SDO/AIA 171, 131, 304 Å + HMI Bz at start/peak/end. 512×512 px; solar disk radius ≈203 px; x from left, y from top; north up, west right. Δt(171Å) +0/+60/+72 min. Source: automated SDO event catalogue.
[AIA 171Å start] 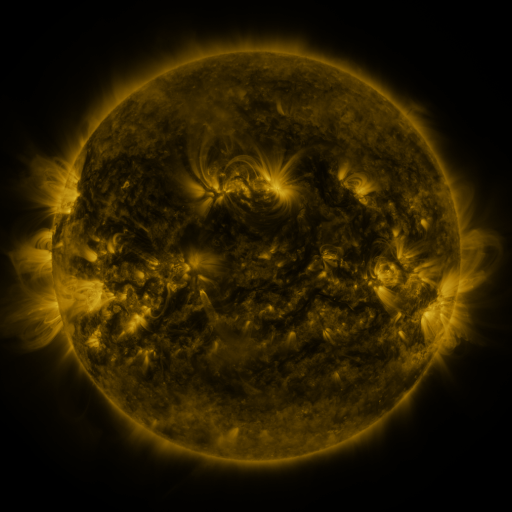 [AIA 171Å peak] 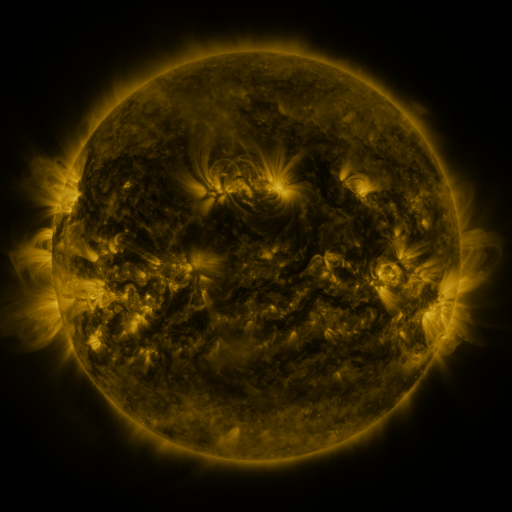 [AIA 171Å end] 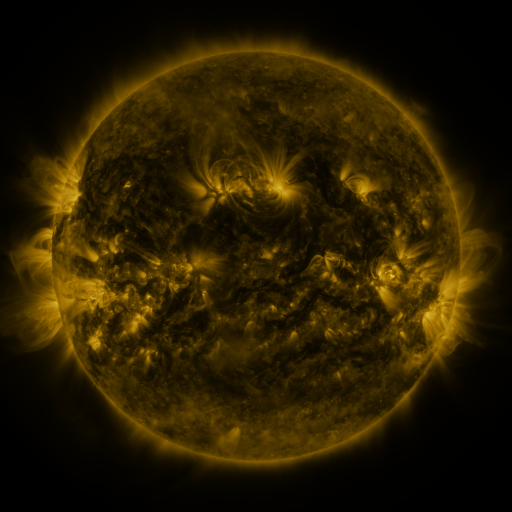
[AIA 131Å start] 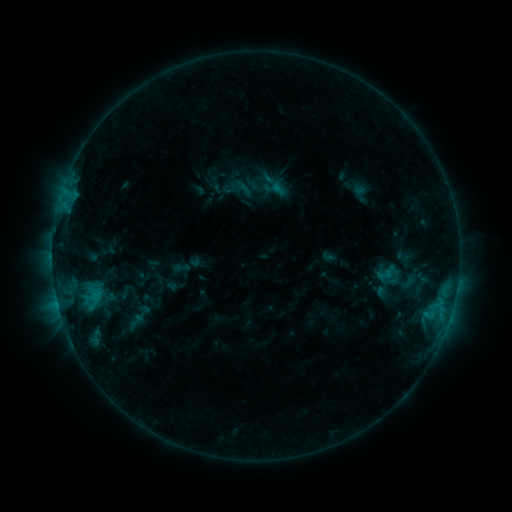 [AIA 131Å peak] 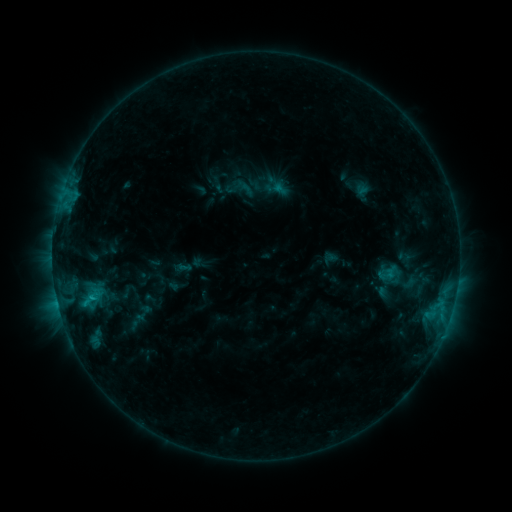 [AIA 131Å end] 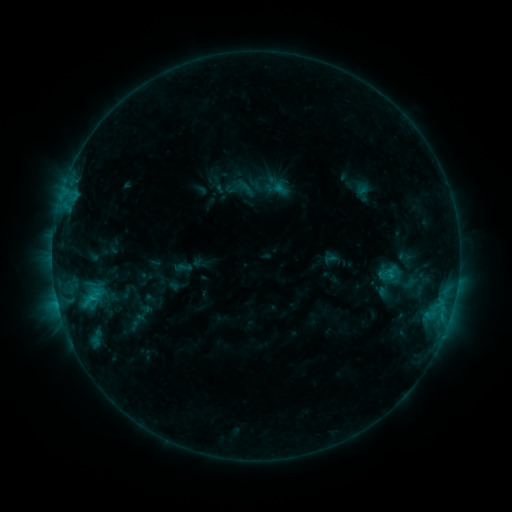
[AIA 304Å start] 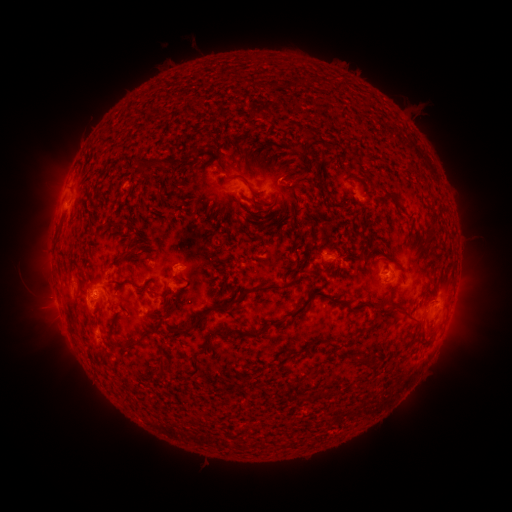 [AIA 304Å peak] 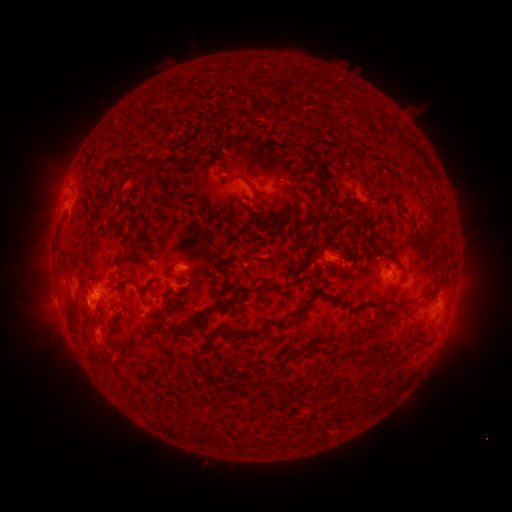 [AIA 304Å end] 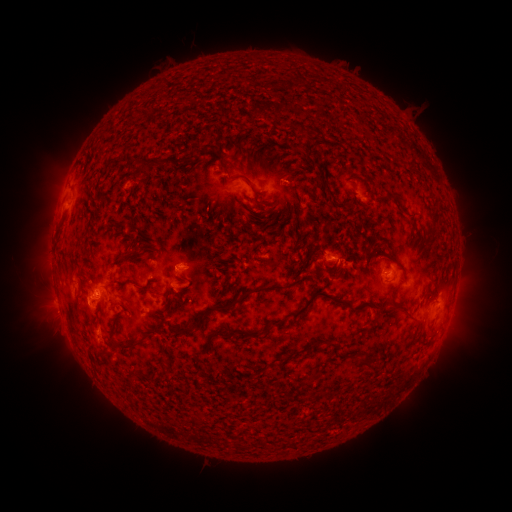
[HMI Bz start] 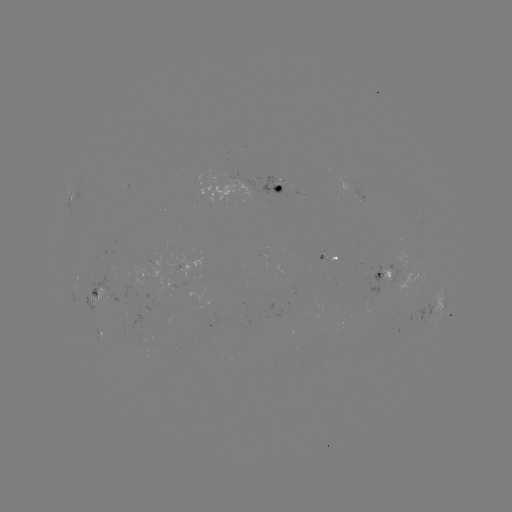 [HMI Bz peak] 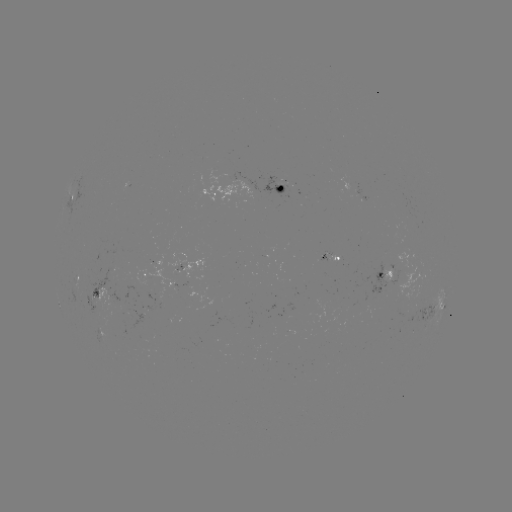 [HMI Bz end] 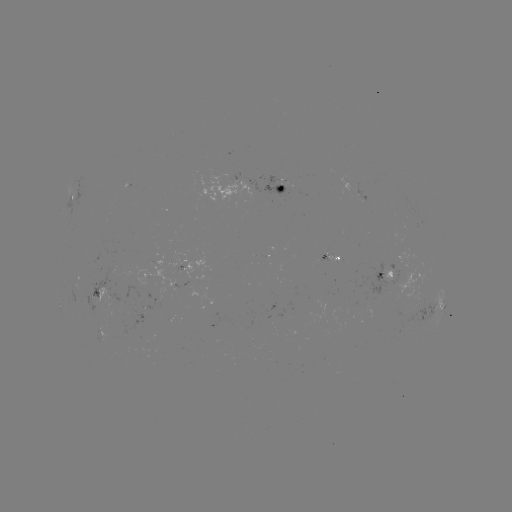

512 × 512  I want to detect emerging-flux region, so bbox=[311, 253, 329, 268].